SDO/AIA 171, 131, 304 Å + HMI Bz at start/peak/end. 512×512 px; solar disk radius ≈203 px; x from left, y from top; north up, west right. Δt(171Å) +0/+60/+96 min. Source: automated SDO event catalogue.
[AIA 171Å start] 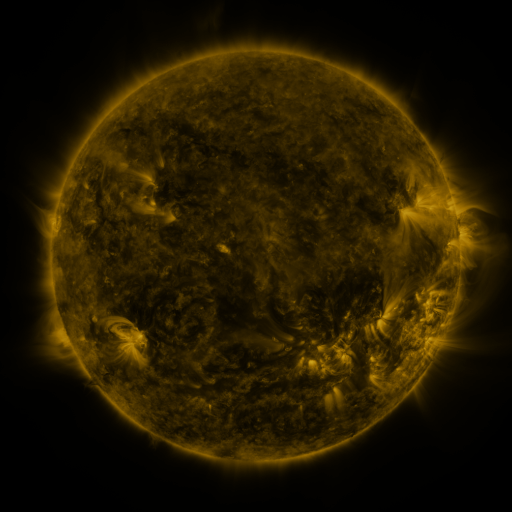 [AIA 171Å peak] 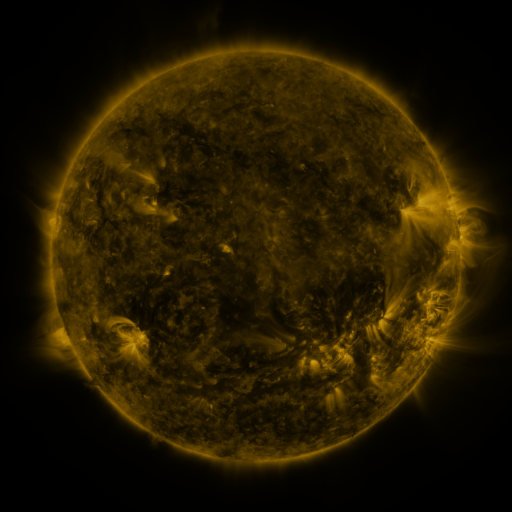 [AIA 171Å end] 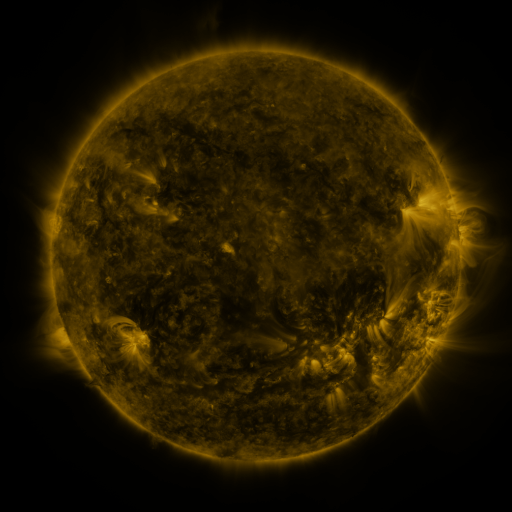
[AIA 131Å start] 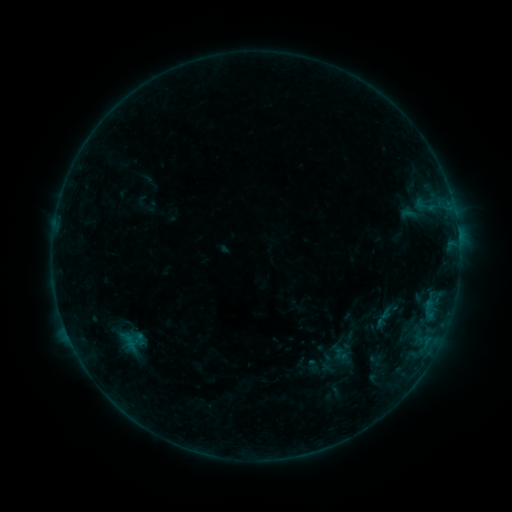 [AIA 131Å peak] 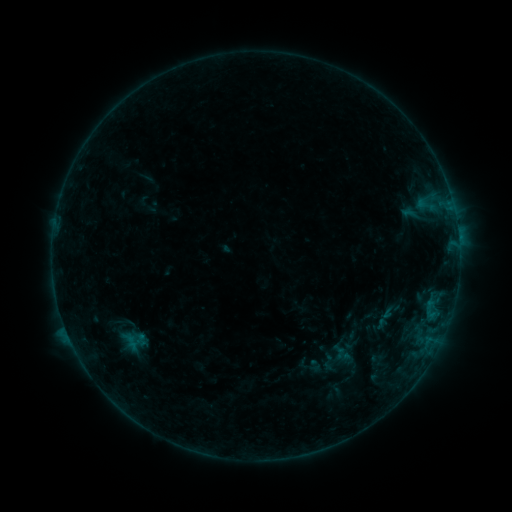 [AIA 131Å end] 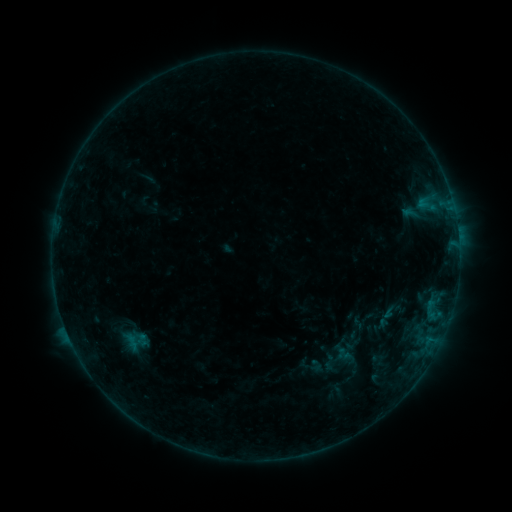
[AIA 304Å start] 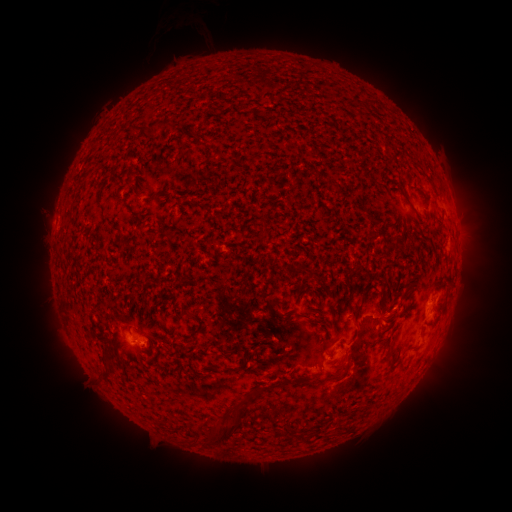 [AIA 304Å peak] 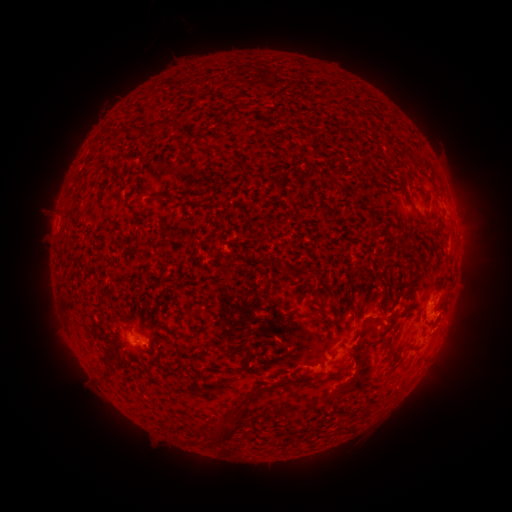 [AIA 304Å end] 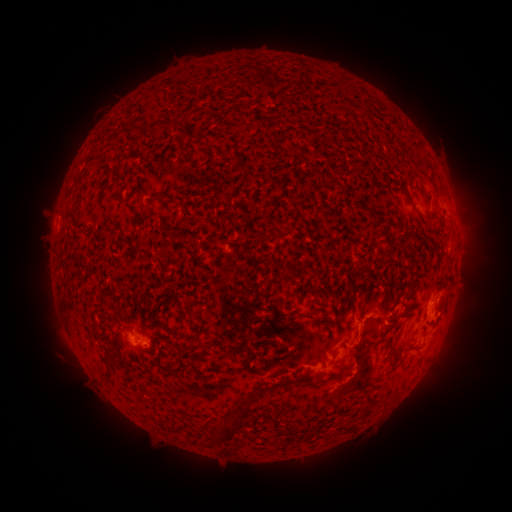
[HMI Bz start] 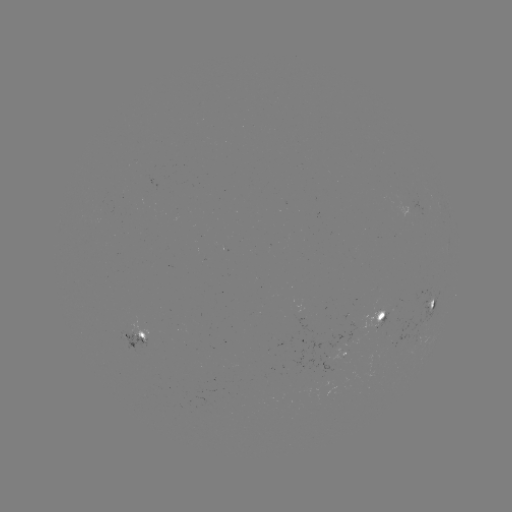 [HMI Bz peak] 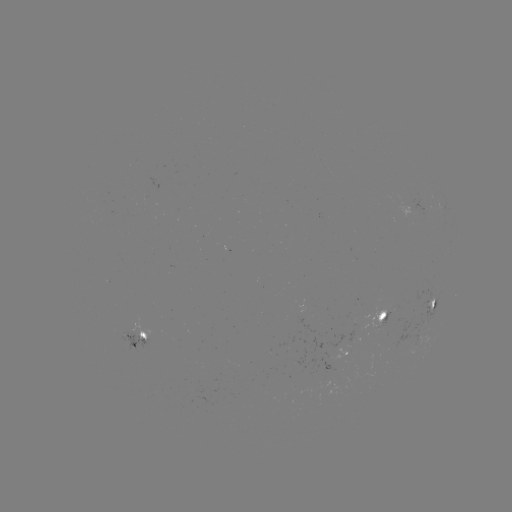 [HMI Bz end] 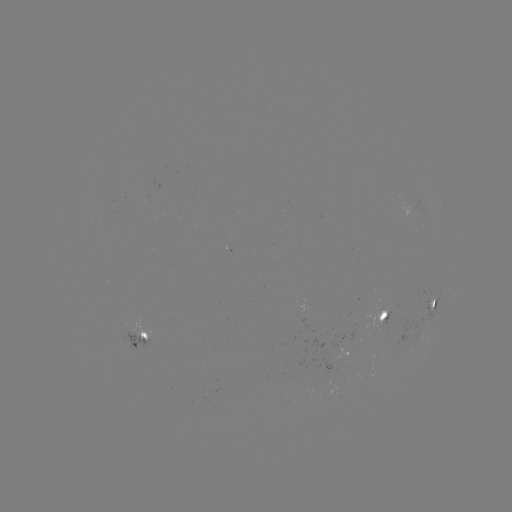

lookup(emerging-flux region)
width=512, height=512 (299, 311)